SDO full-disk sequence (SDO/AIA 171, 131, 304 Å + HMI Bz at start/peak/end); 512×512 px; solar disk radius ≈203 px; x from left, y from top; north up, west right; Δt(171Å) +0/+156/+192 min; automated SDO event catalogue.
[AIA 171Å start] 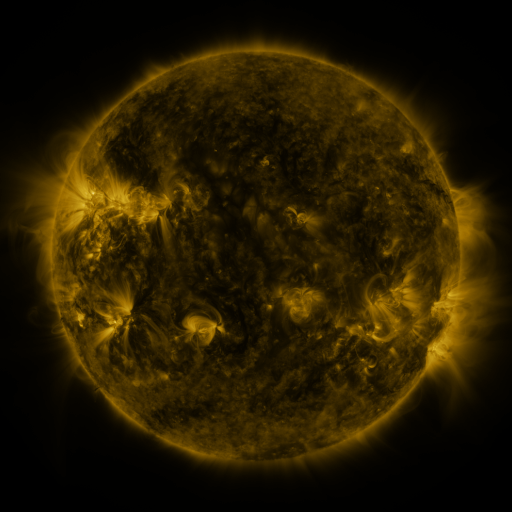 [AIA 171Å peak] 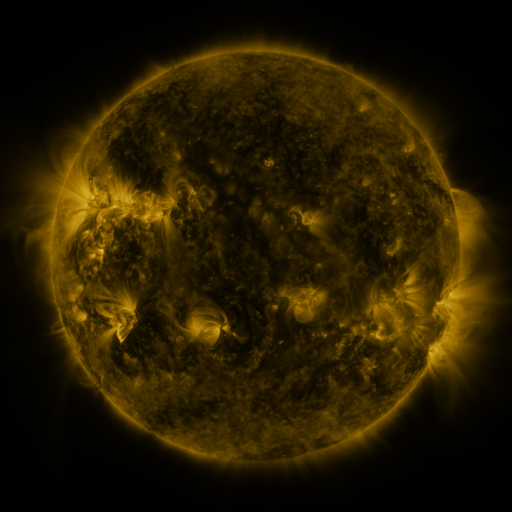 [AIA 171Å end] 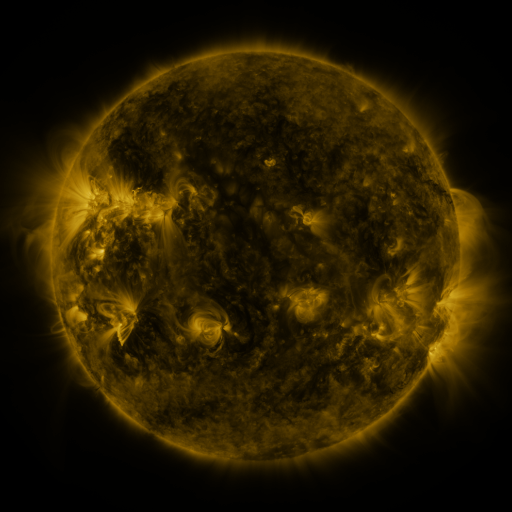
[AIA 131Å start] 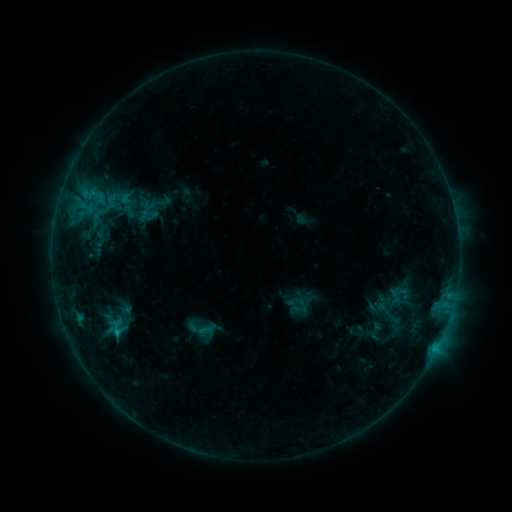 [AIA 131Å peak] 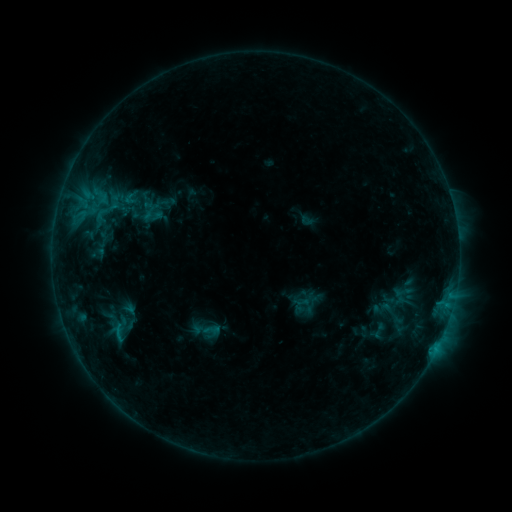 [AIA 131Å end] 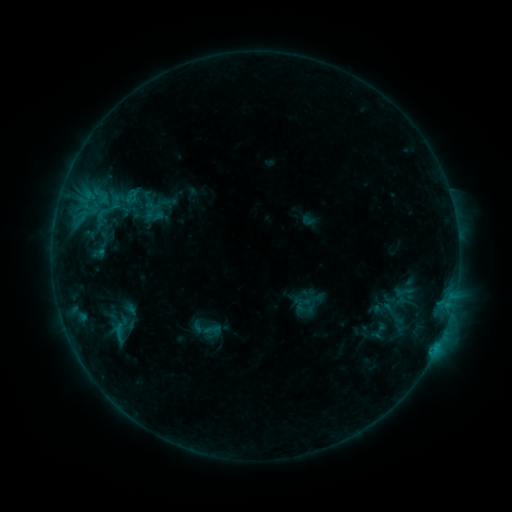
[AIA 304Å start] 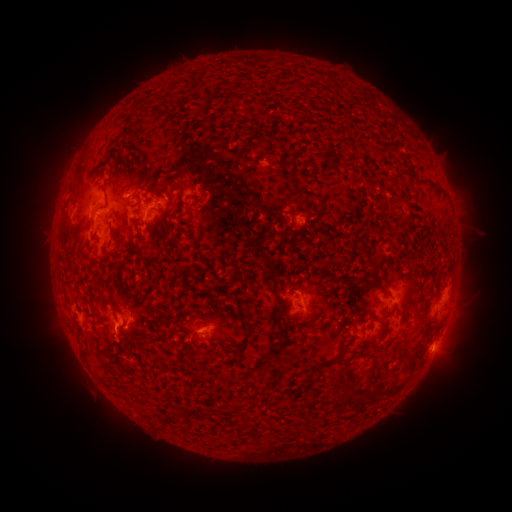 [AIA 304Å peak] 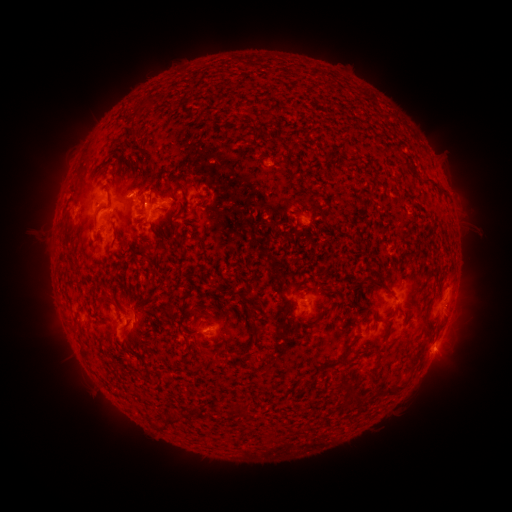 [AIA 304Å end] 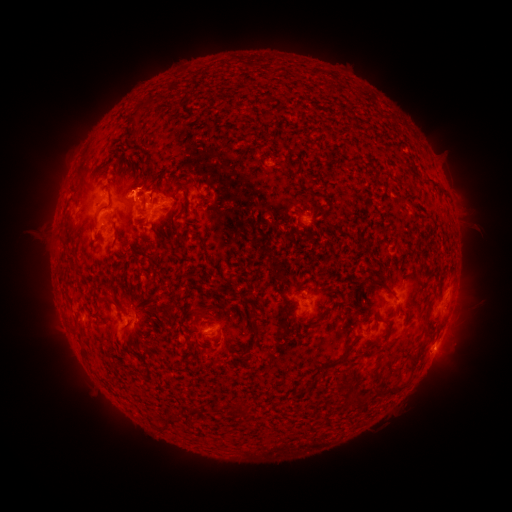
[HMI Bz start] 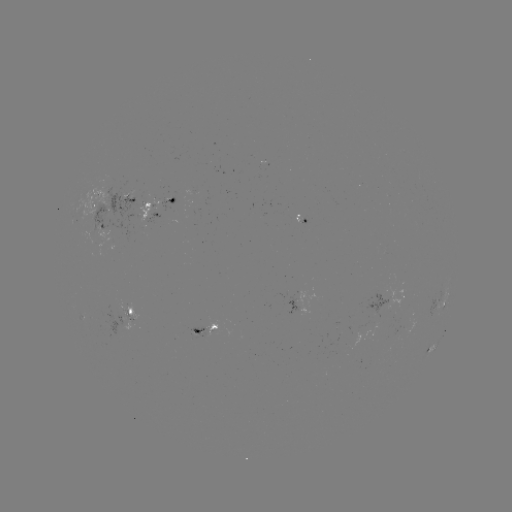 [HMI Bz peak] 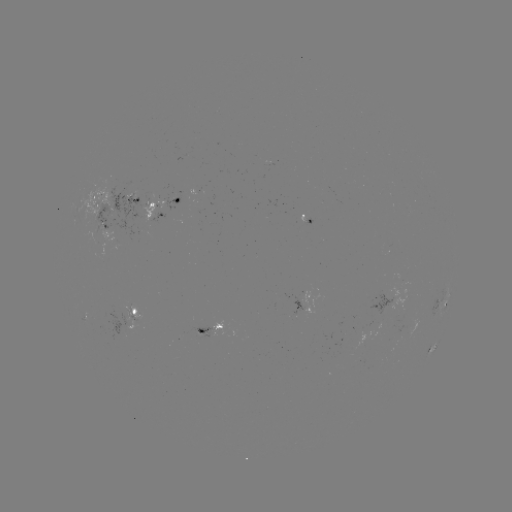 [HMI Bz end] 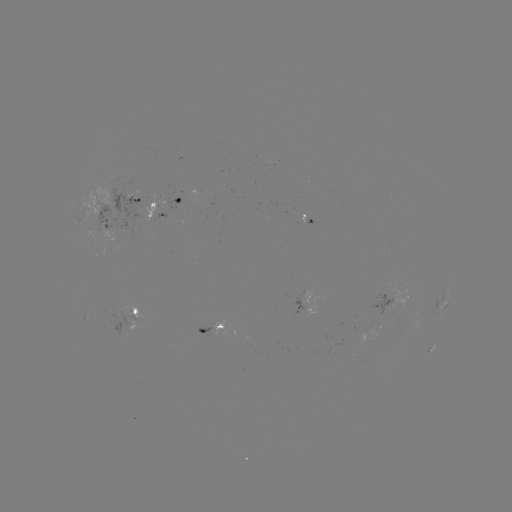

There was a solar emerging-flux region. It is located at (103, 326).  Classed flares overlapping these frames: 1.